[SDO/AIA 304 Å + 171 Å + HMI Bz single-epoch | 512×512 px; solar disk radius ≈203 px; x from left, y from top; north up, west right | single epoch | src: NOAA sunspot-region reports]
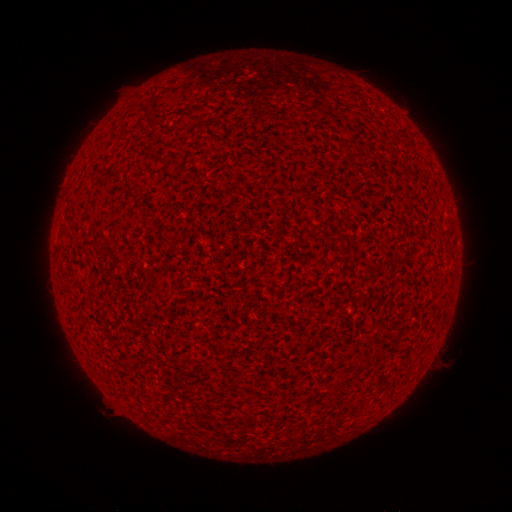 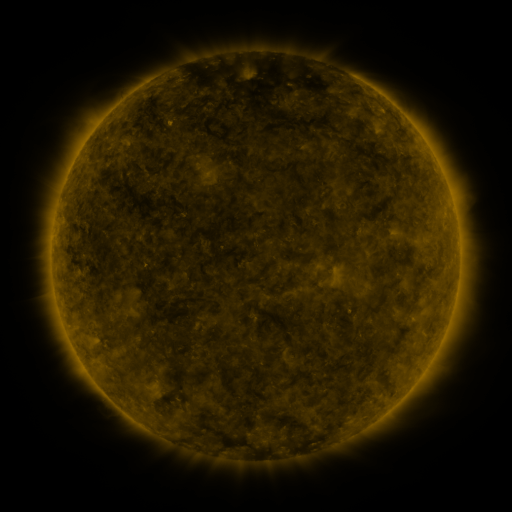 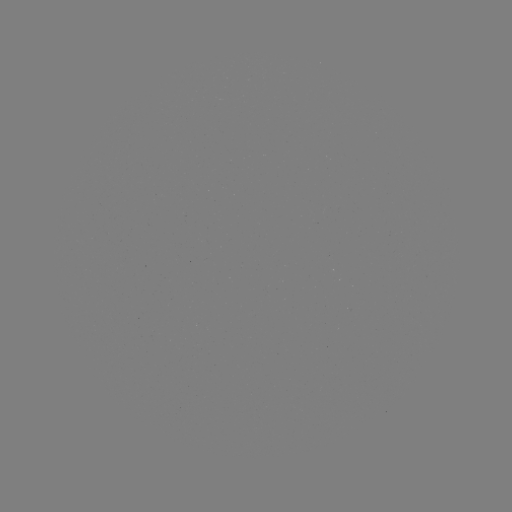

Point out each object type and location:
(none)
